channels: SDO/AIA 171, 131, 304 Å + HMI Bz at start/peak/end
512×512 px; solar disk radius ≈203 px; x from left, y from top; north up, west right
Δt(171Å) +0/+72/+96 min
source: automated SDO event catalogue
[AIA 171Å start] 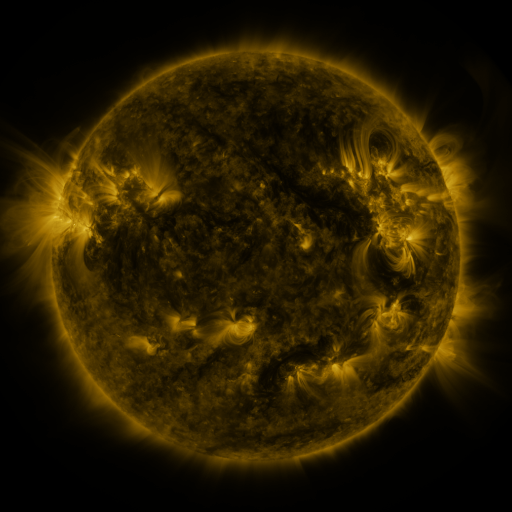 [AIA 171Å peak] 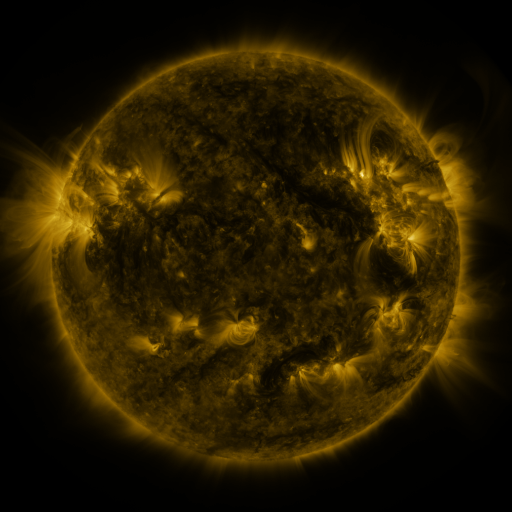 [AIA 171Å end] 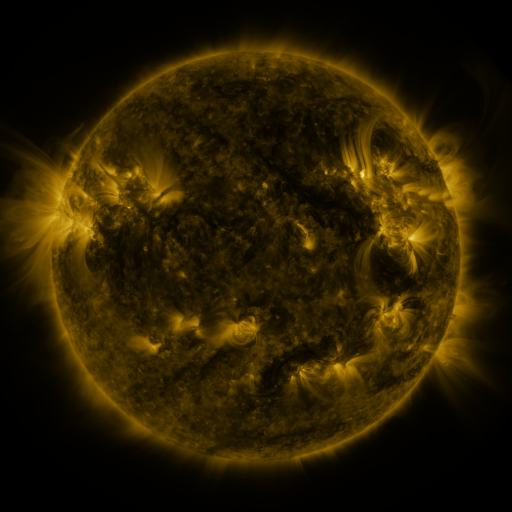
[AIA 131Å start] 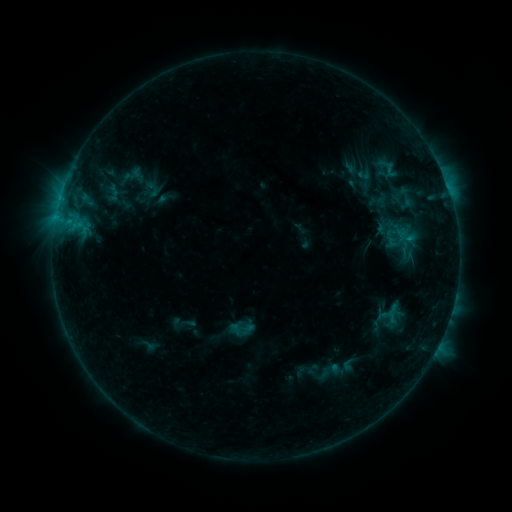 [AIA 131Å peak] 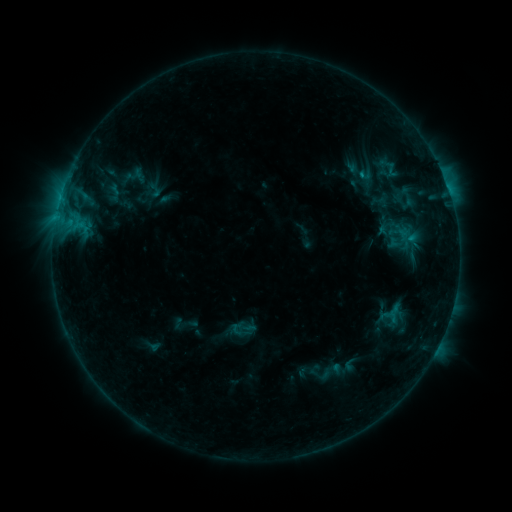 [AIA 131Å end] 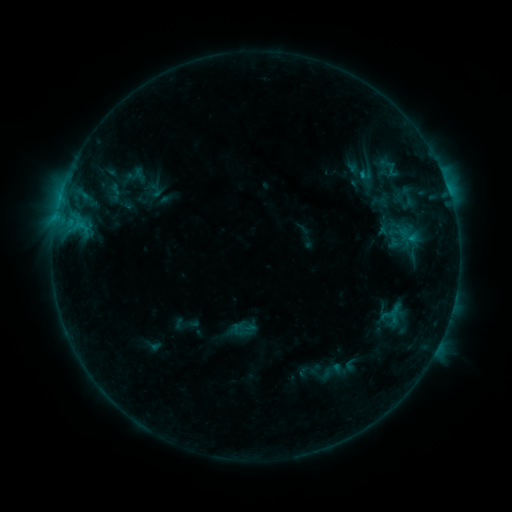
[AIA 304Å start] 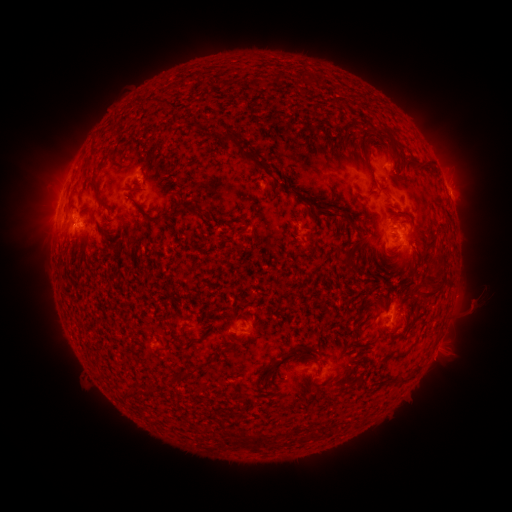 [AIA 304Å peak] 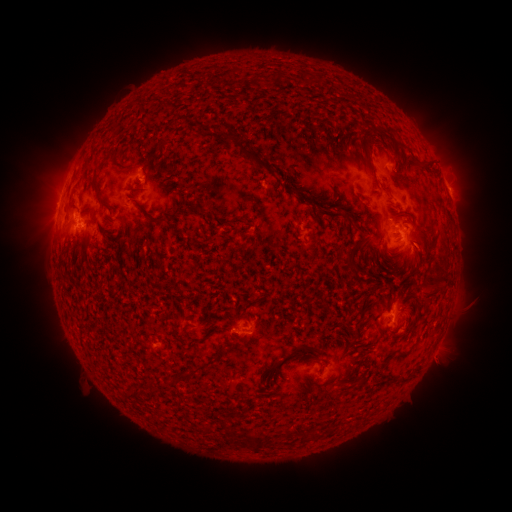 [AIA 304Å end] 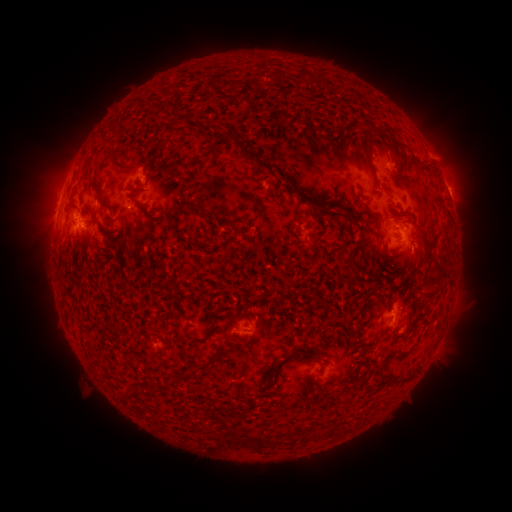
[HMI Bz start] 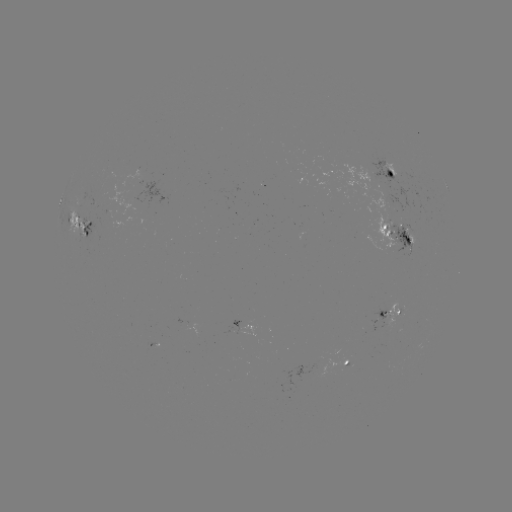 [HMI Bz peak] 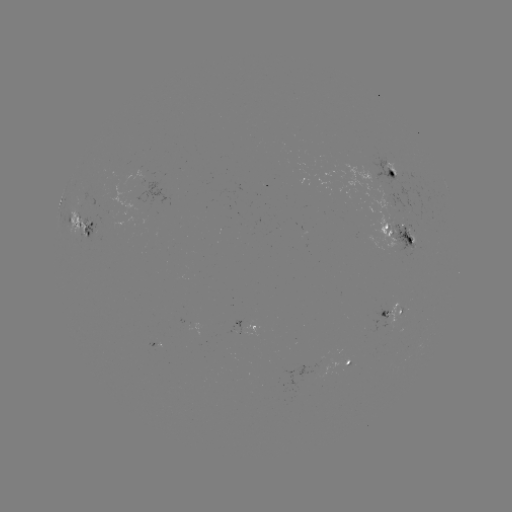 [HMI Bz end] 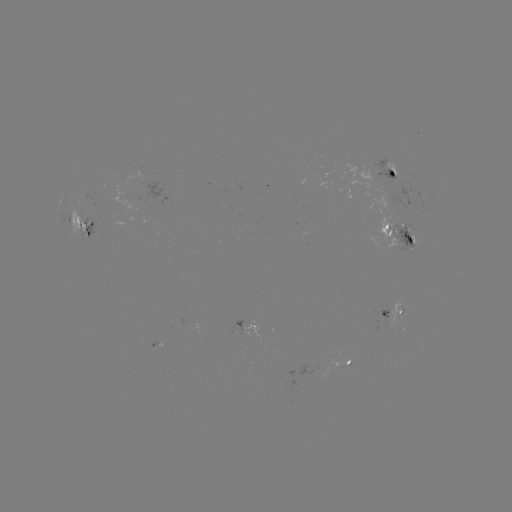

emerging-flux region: [389, 223, 419, 256]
